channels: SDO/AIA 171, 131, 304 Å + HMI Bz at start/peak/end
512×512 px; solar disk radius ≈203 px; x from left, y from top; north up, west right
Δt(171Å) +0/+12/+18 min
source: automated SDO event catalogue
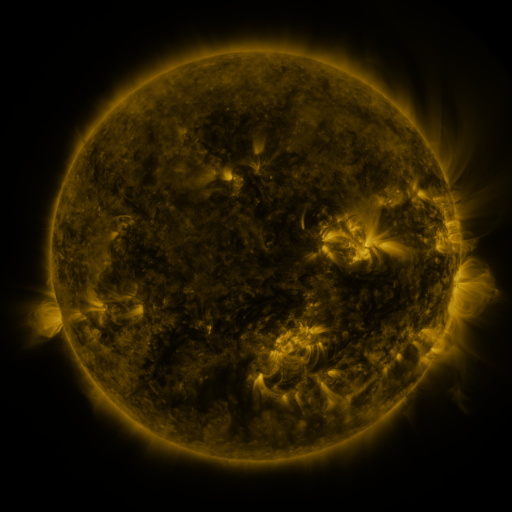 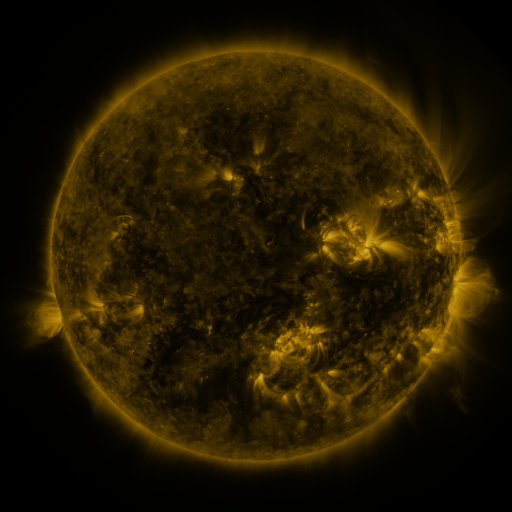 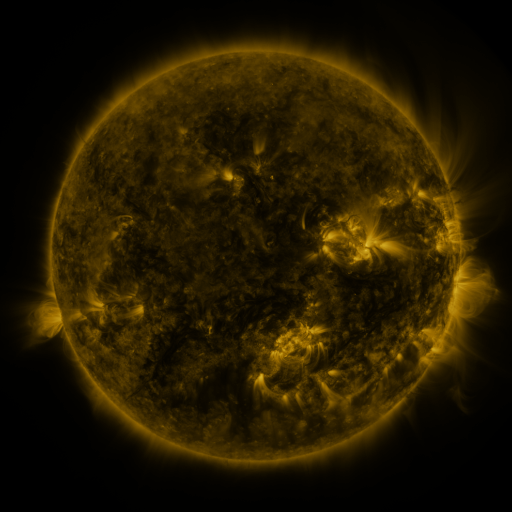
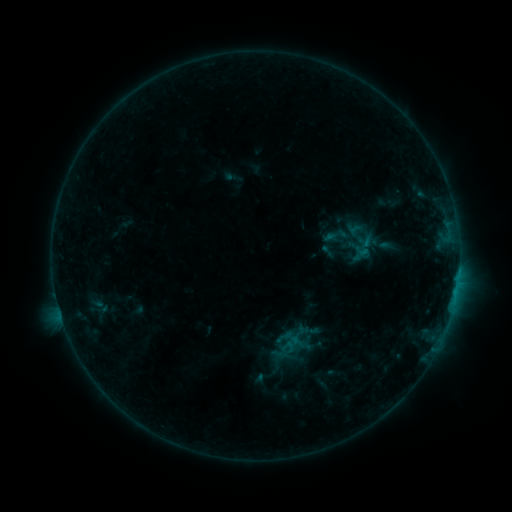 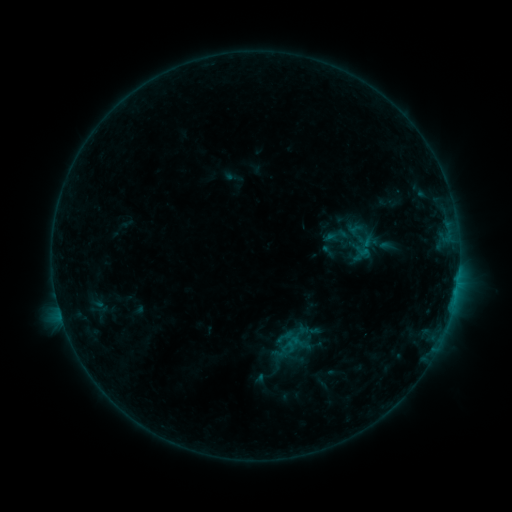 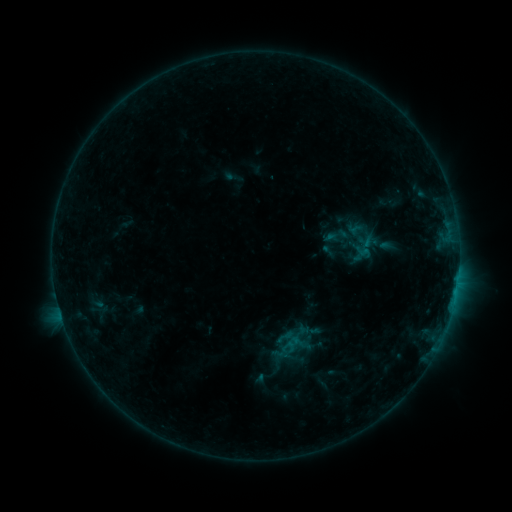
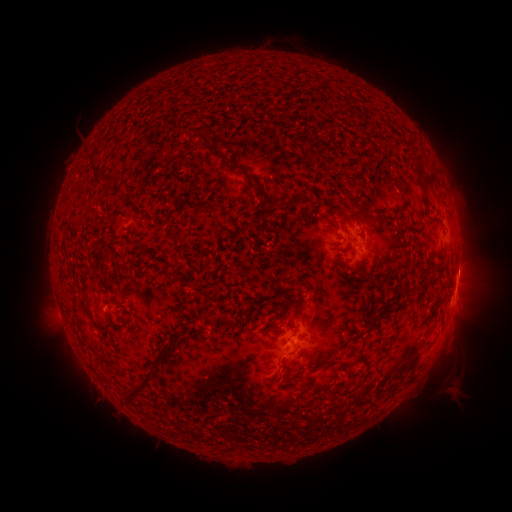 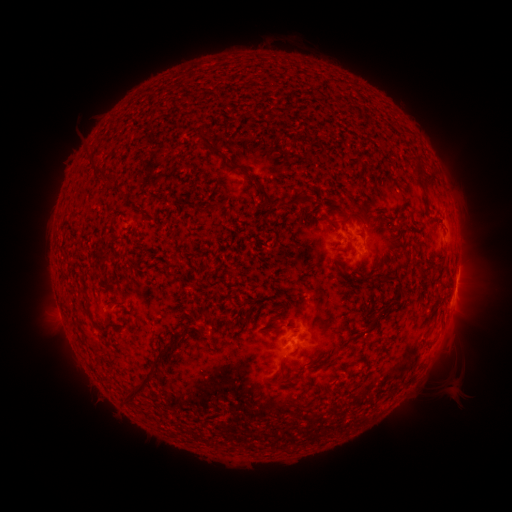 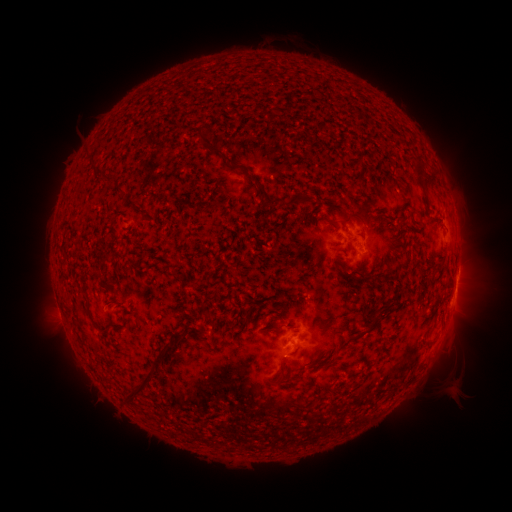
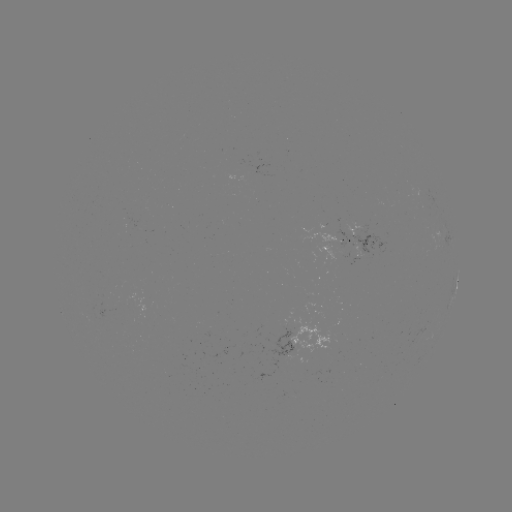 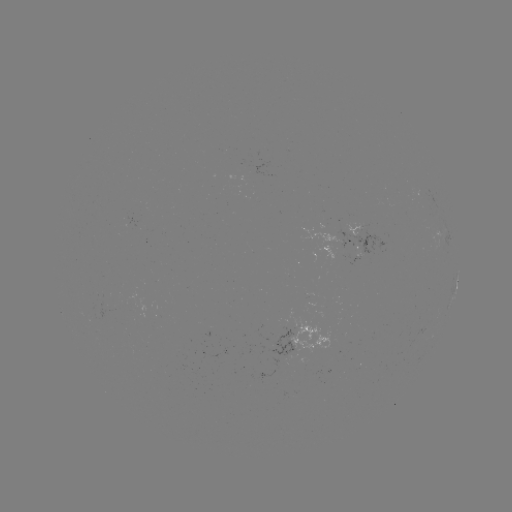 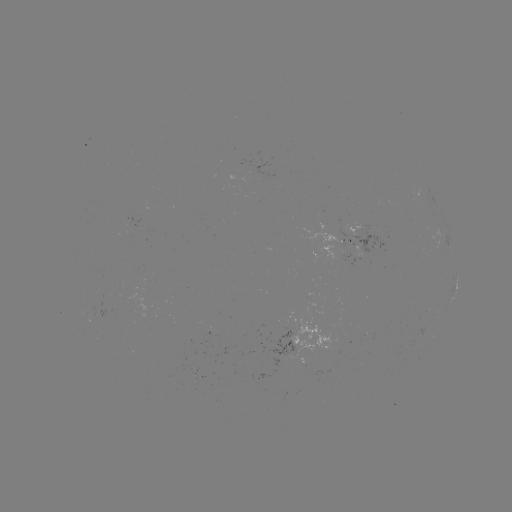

nothing was catalogued: no classed flare, no EUV trigger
